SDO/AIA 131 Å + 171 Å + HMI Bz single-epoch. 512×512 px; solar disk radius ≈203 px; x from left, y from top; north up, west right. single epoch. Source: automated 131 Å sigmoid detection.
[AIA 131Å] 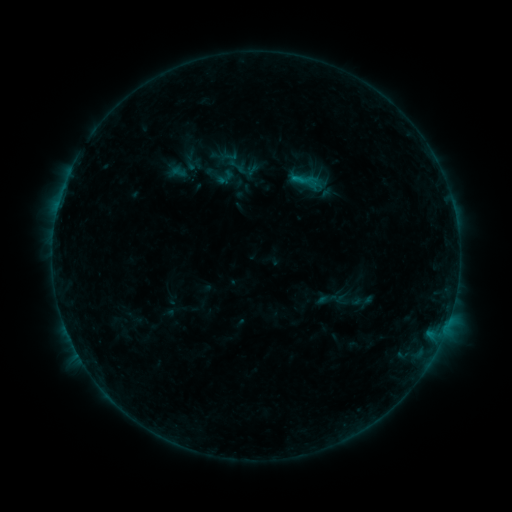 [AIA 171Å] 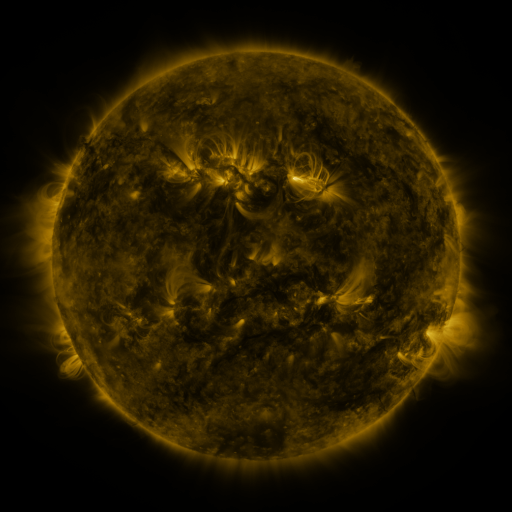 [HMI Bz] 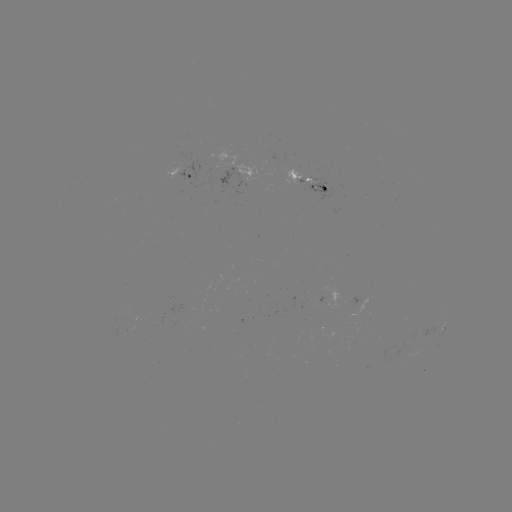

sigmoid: (227, 157, 245, 175)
